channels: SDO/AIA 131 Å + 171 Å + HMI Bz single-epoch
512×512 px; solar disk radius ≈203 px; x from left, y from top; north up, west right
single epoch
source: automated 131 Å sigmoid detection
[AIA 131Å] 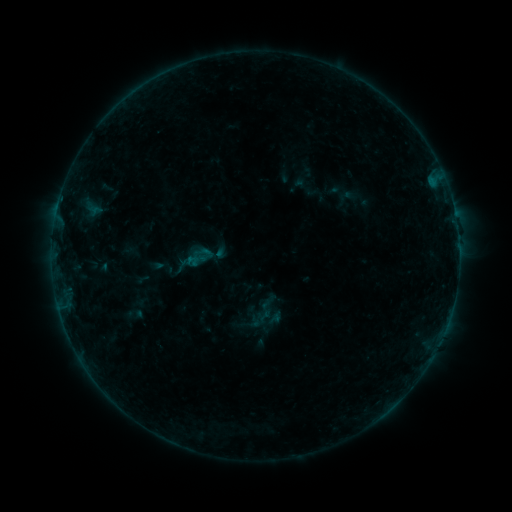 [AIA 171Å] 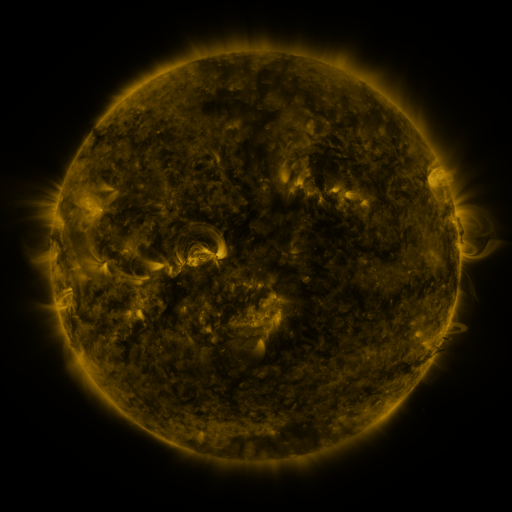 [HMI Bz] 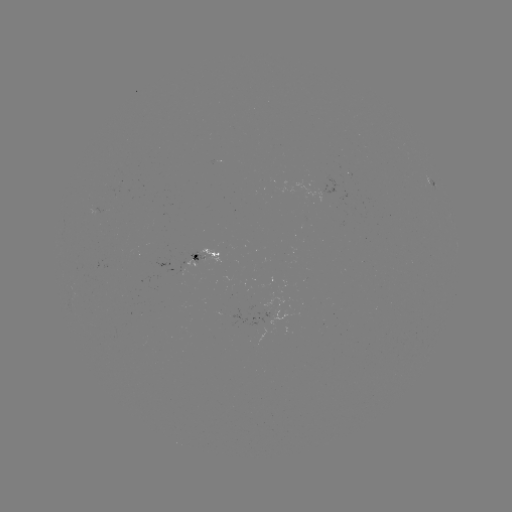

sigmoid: (188, 245, 215, 271)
